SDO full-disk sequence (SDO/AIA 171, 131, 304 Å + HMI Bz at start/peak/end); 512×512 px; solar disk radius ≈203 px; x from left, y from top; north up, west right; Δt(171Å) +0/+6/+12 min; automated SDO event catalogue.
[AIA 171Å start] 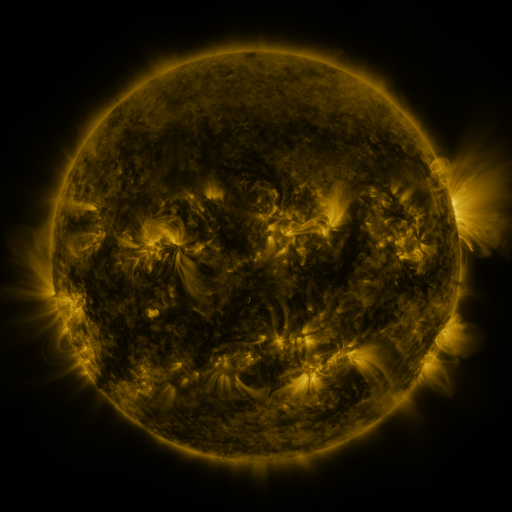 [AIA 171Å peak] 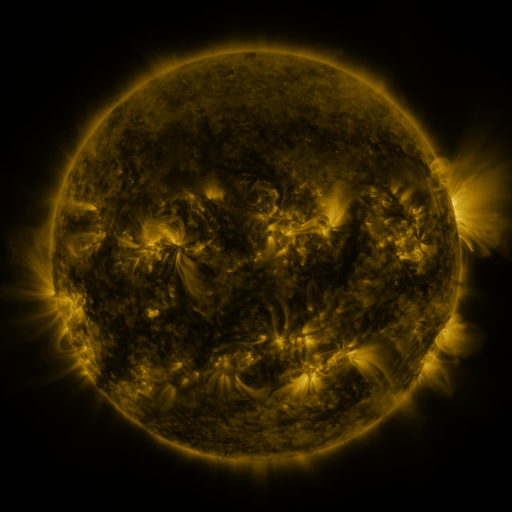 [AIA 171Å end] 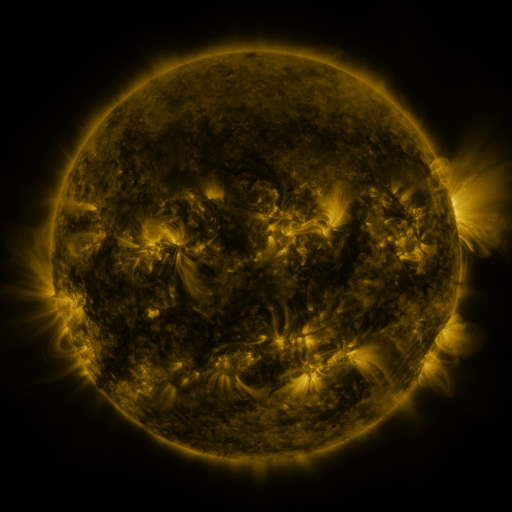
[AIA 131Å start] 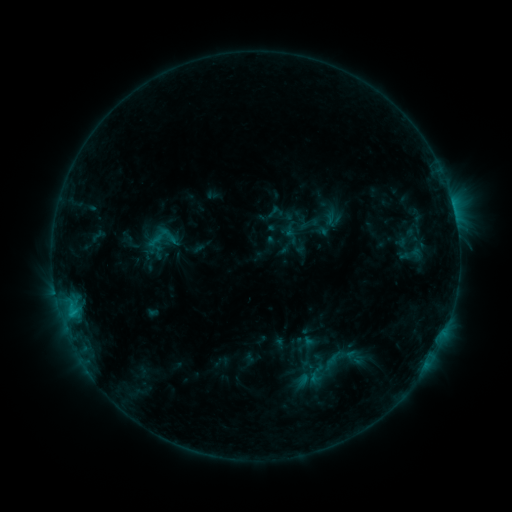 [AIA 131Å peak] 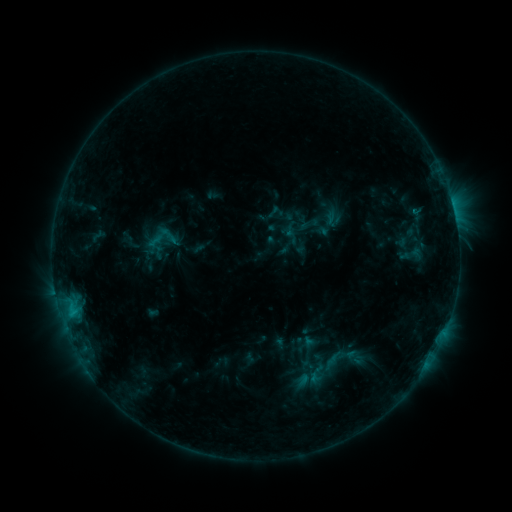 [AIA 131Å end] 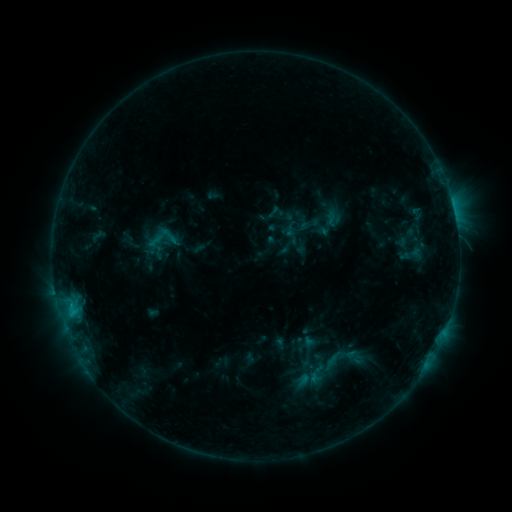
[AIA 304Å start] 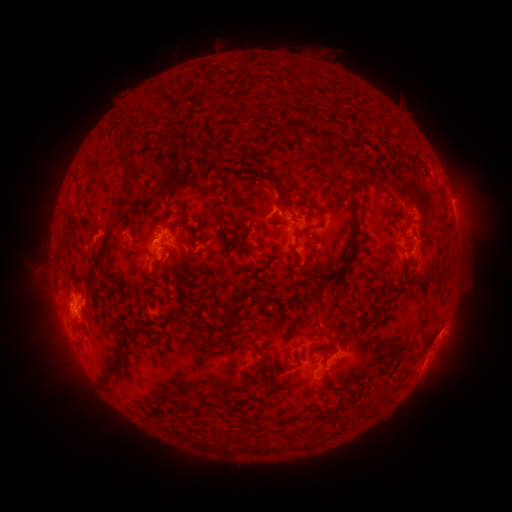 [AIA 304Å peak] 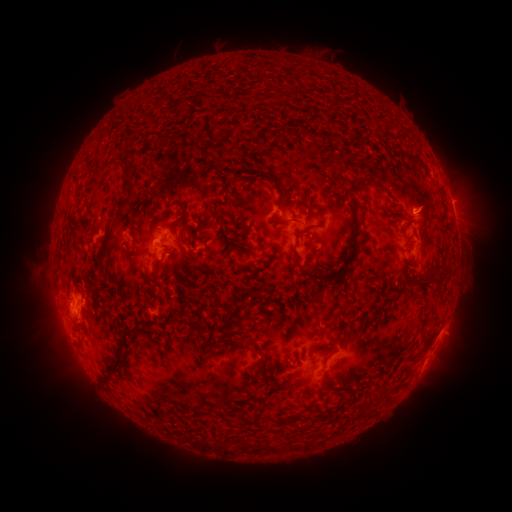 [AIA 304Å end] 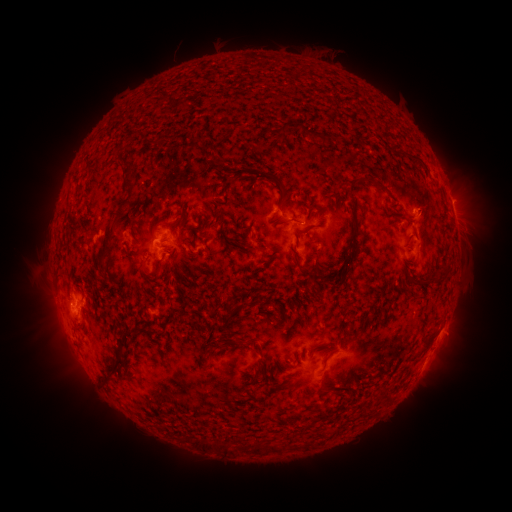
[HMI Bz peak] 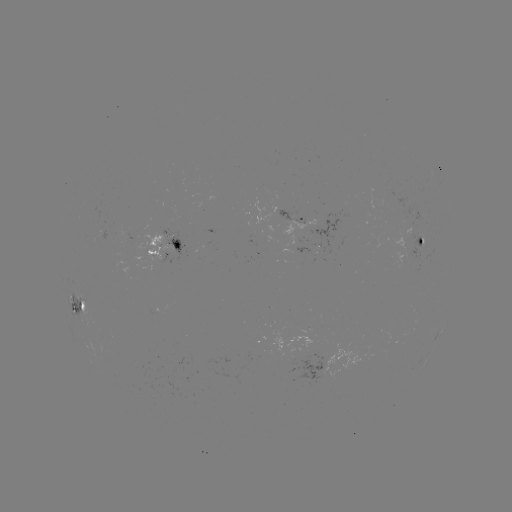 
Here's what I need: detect eruption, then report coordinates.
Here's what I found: eruption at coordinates [423, 208].